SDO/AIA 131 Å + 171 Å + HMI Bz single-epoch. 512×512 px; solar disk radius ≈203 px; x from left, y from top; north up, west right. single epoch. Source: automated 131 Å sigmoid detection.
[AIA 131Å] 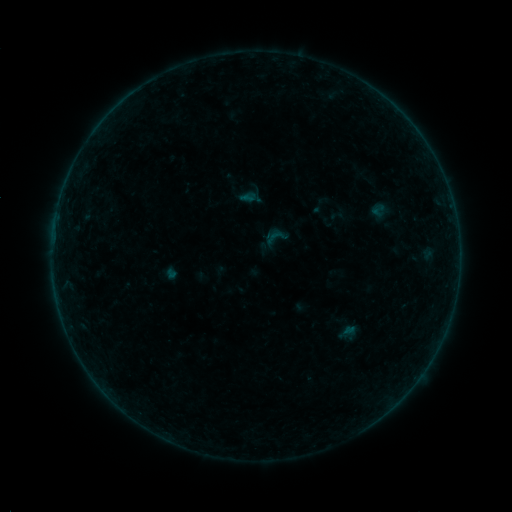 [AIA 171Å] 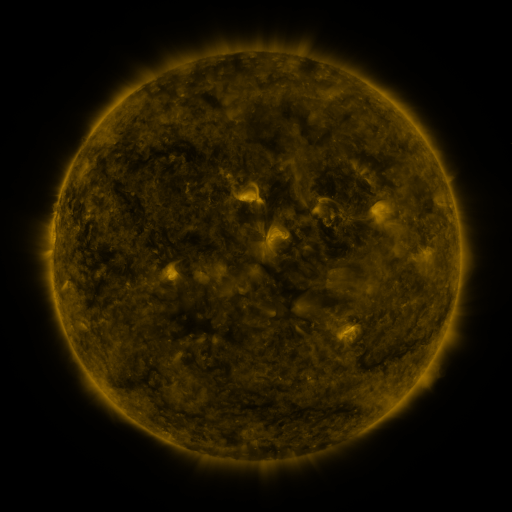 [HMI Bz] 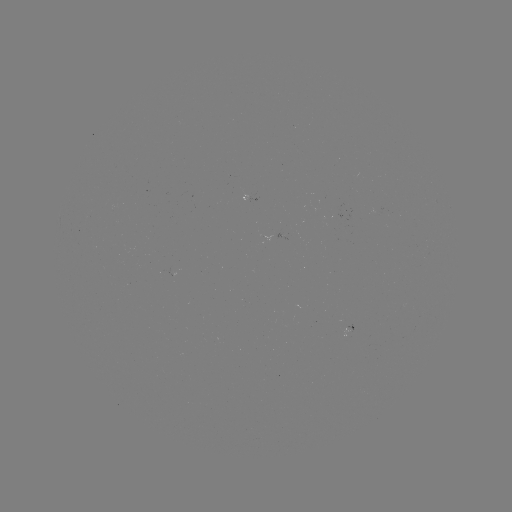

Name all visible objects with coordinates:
sigmoid: <bbox>259, 221, 292, 254</bbox>
